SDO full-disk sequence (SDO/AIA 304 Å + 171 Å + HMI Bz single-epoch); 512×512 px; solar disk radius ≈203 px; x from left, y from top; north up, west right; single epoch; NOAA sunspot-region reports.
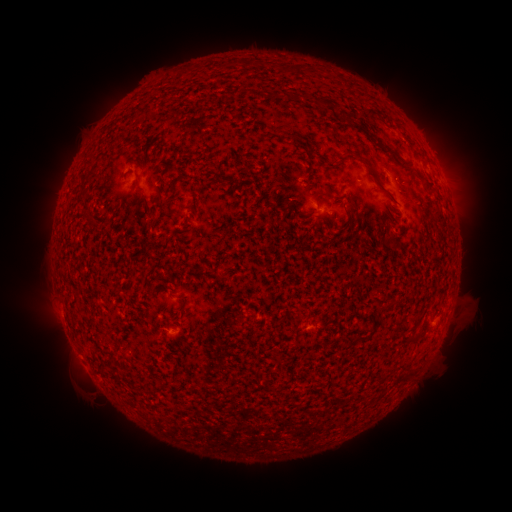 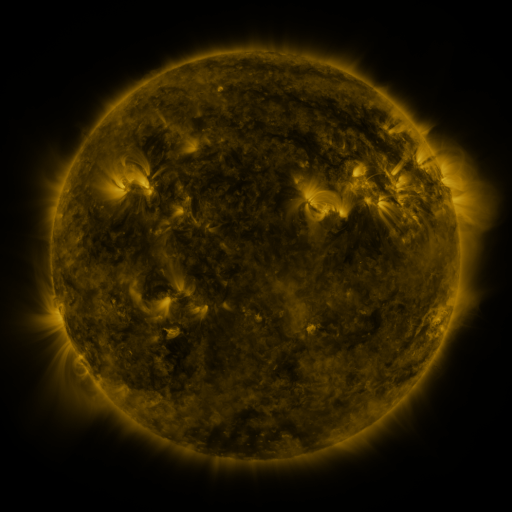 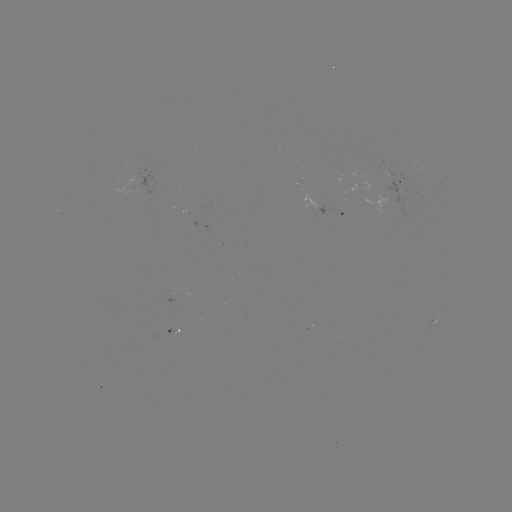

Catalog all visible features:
spotted active region: (399, 183)
spotted active region: (321, 204)
